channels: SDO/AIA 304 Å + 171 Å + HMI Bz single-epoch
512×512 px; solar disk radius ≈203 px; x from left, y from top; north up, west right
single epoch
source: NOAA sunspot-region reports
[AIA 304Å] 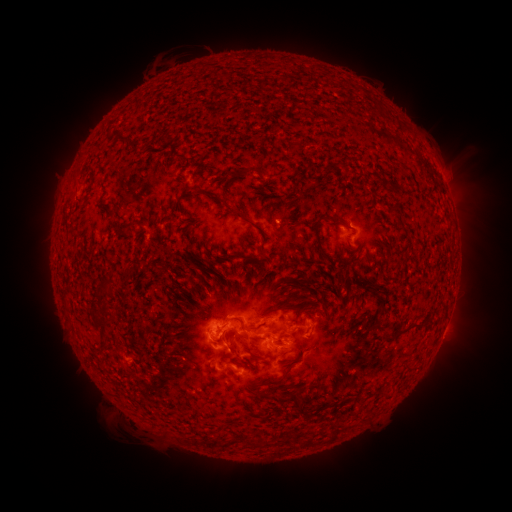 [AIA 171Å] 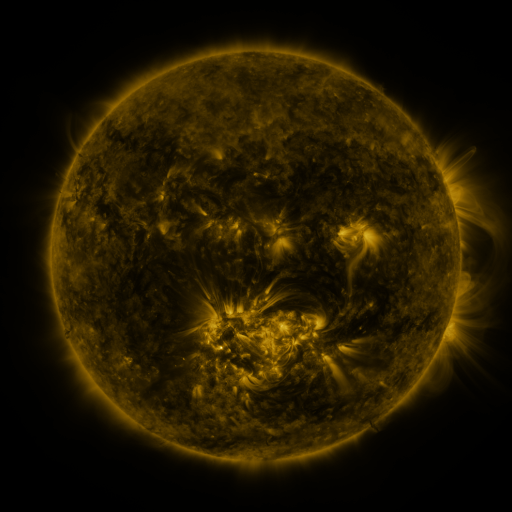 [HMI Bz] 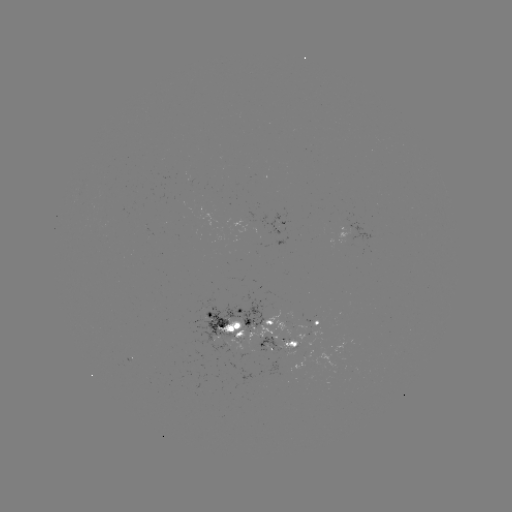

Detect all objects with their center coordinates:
spotted active region: (316, 321)
spotted active region: (235, 329)
spotted active region: (279, 345)
